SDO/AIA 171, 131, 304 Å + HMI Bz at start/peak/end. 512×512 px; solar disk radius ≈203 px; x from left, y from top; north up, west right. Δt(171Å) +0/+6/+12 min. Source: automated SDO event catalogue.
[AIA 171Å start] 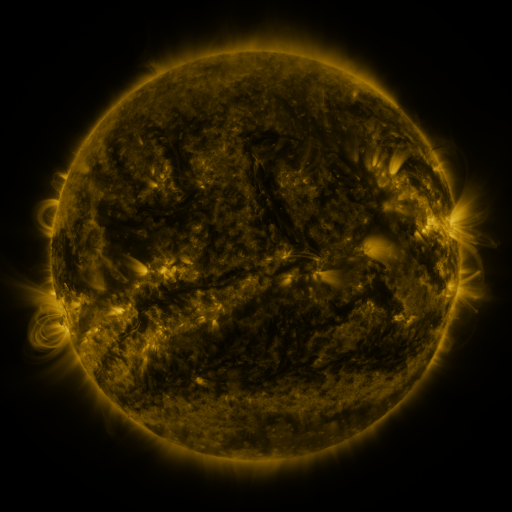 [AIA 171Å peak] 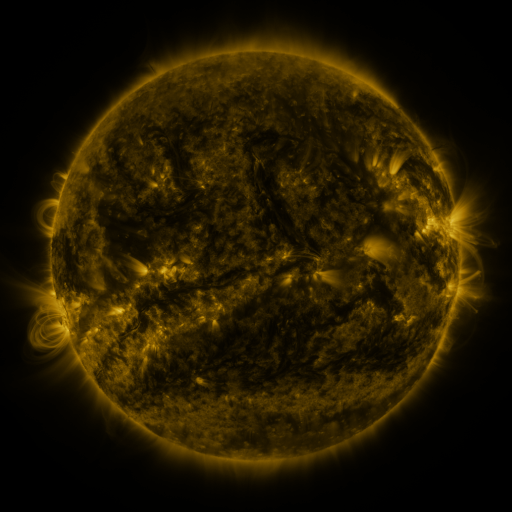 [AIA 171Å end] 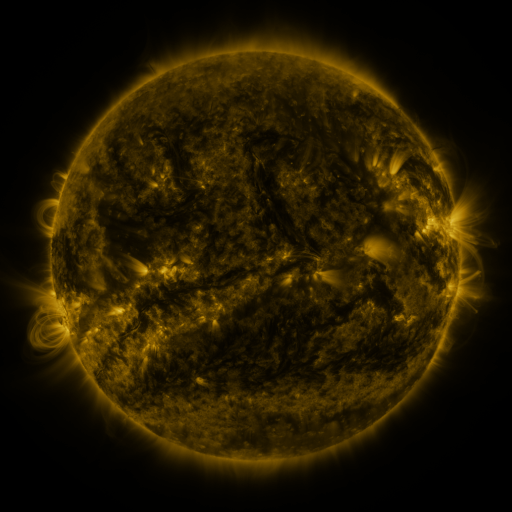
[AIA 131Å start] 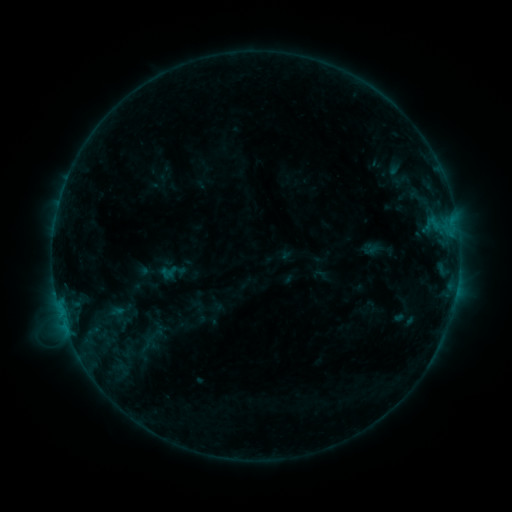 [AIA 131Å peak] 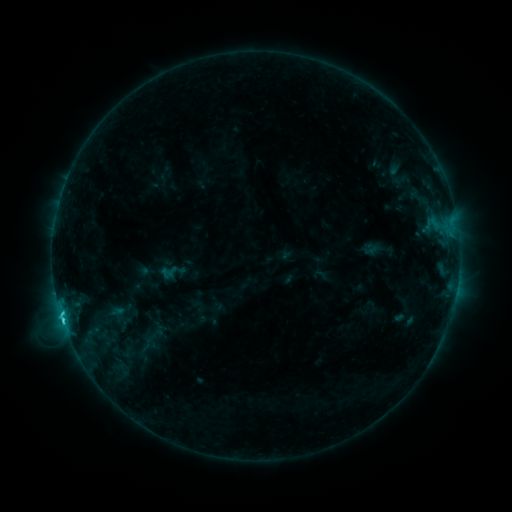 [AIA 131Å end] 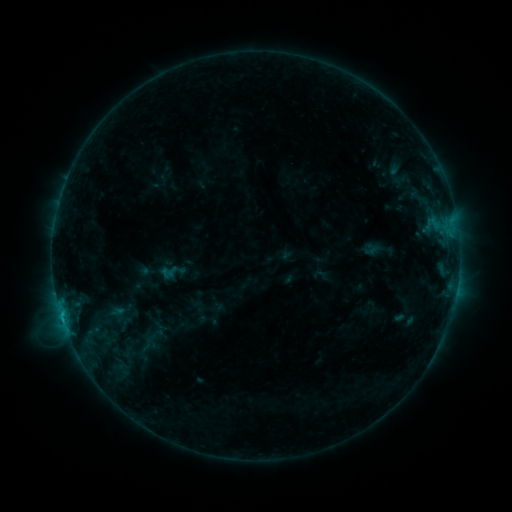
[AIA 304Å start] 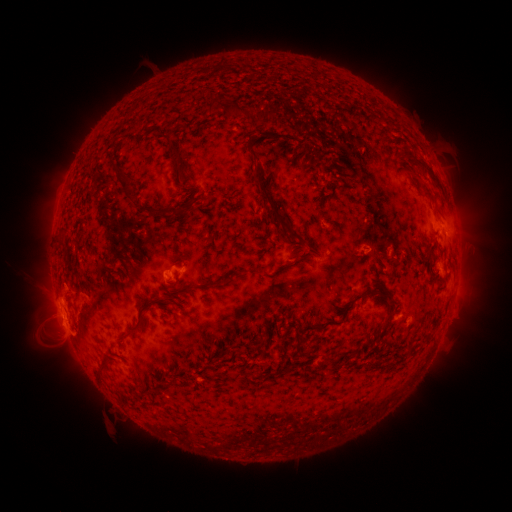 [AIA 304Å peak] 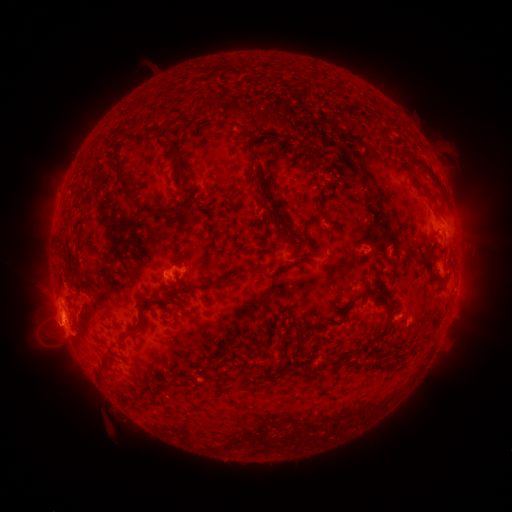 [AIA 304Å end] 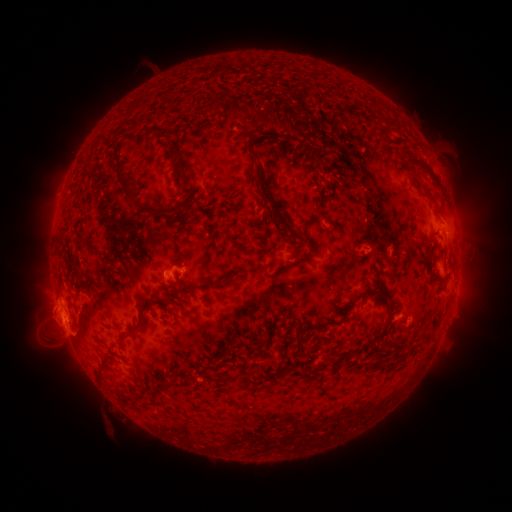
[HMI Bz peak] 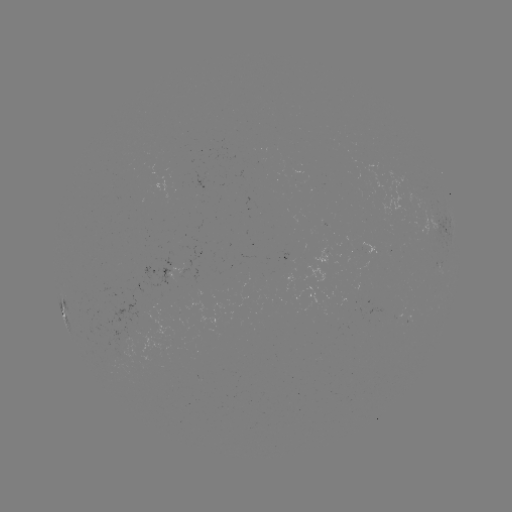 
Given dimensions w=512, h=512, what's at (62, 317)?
C2.2 flare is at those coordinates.